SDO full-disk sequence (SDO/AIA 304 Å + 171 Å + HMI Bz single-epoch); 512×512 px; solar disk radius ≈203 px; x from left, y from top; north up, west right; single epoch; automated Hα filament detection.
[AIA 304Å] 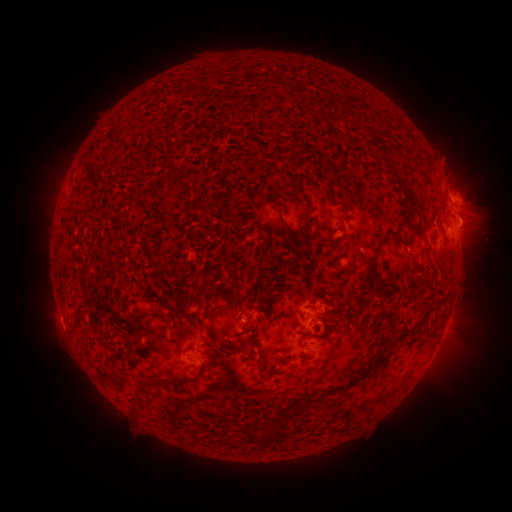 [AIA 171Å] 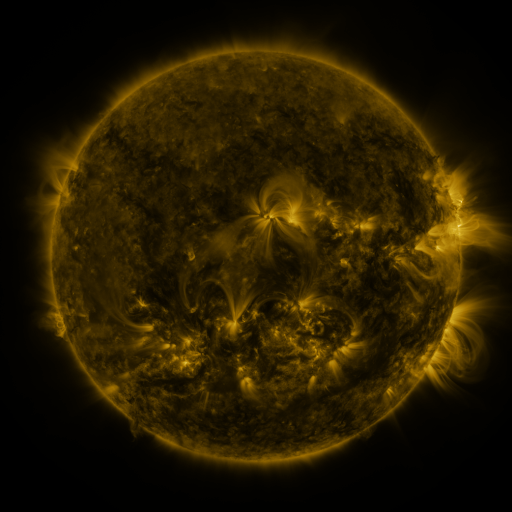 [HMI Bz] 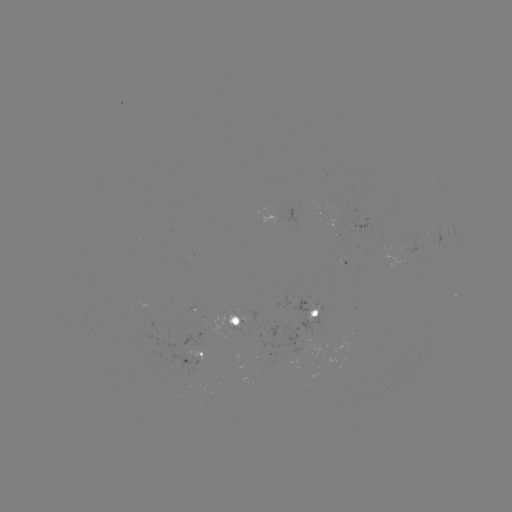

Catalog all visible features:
filament: (370, 131)
filament: (388, 171)
filament: (185, 188)
filament: (82, 192)
filament: (403, 201)
filament: (201, 209)
filament: (283, 221)
filament: (306, 221)
filament: (415, 225)
filament: (375, 251)
filament: (427, 312)
filament: (159, 316)
filament: (76, 329)
filament: (284, 358)
filament: (117, 360)
filament: (260, 362)
filament: (200, 374)
filament: (158, 382)
filament: (353, 382)
filament: (267, 439)
